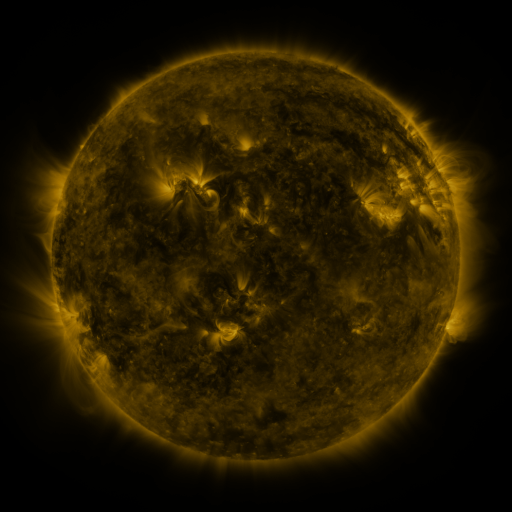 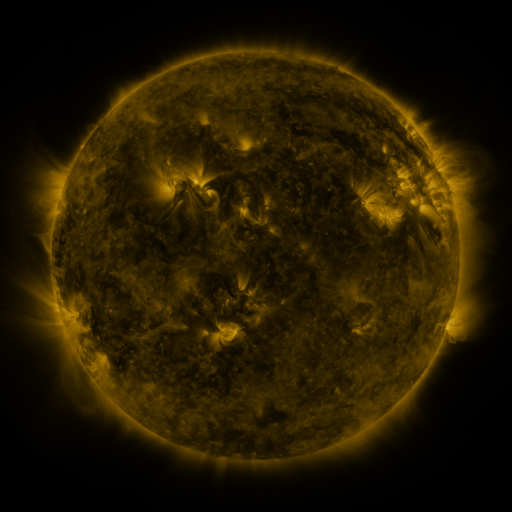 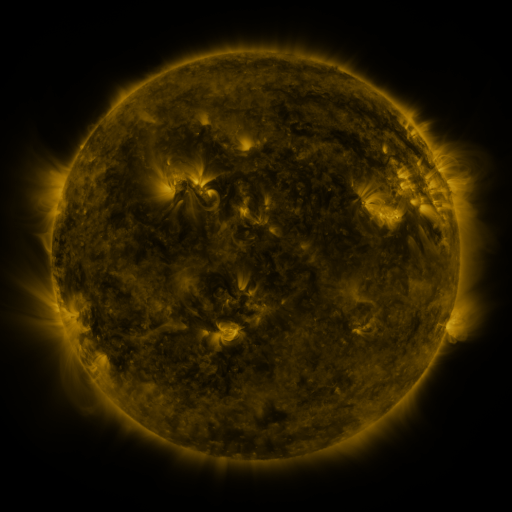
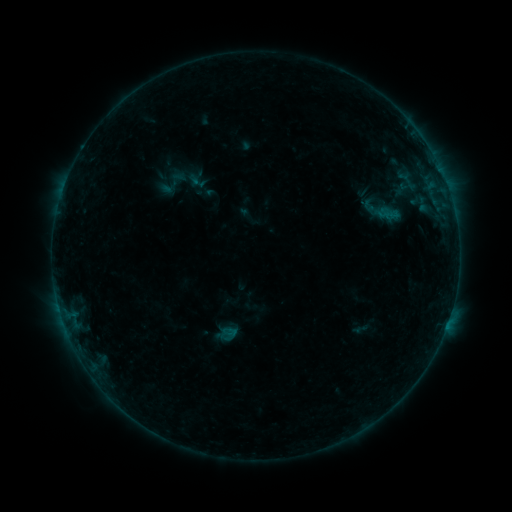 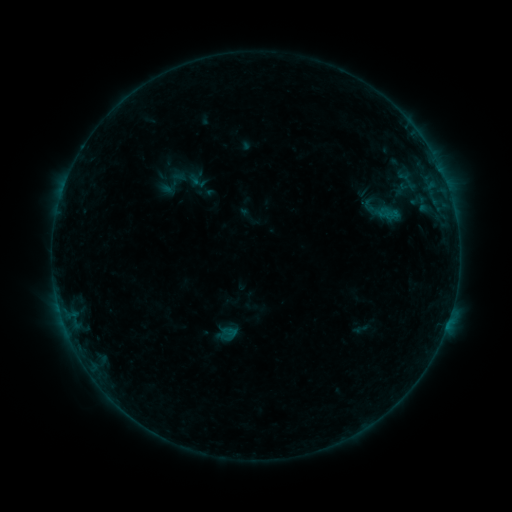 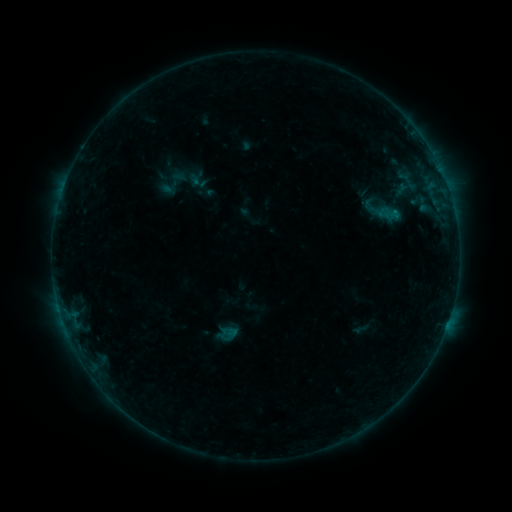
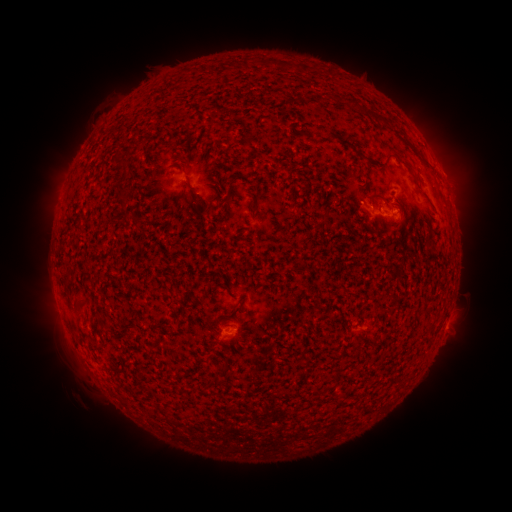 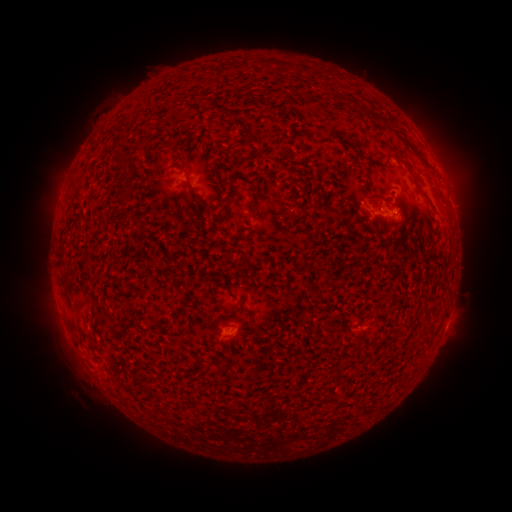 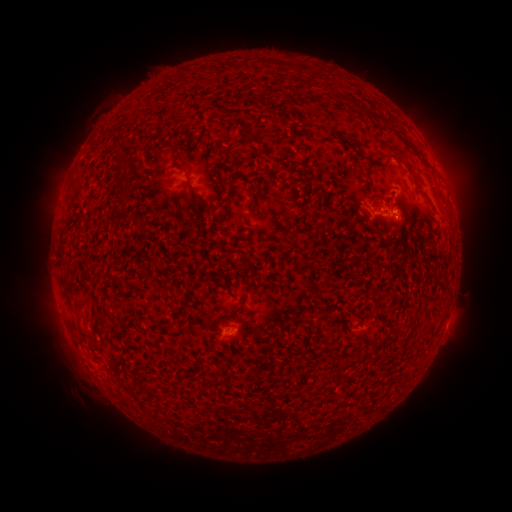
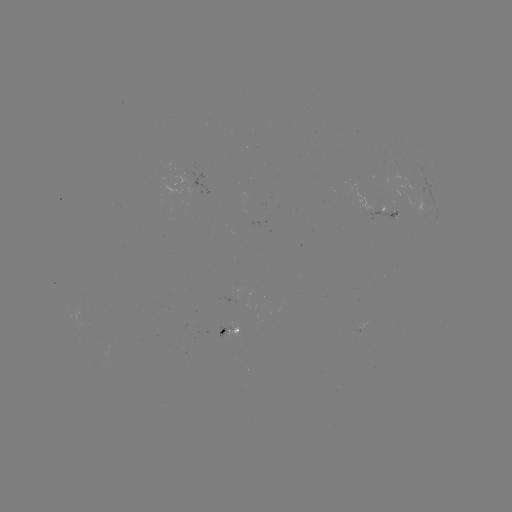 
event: flare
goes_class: B2.5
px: (392, 213)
